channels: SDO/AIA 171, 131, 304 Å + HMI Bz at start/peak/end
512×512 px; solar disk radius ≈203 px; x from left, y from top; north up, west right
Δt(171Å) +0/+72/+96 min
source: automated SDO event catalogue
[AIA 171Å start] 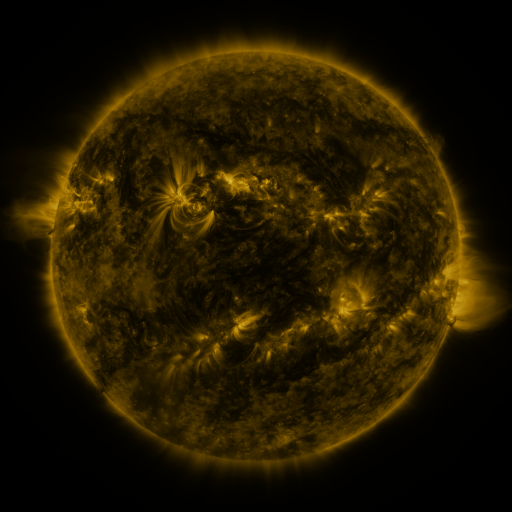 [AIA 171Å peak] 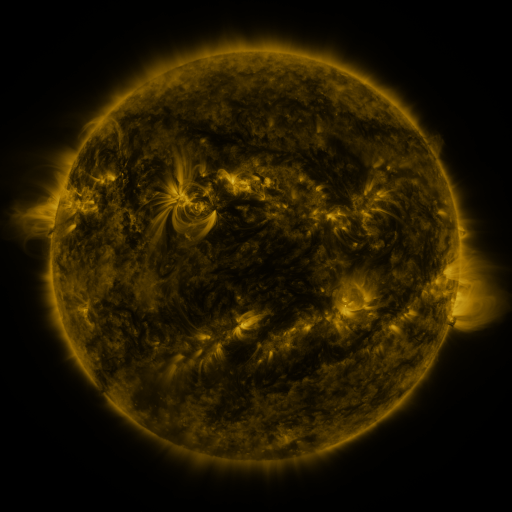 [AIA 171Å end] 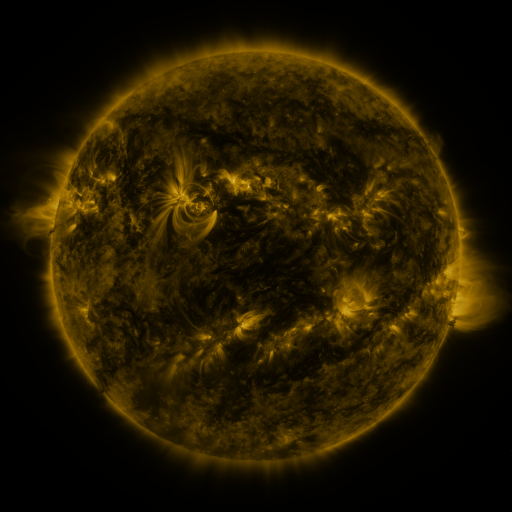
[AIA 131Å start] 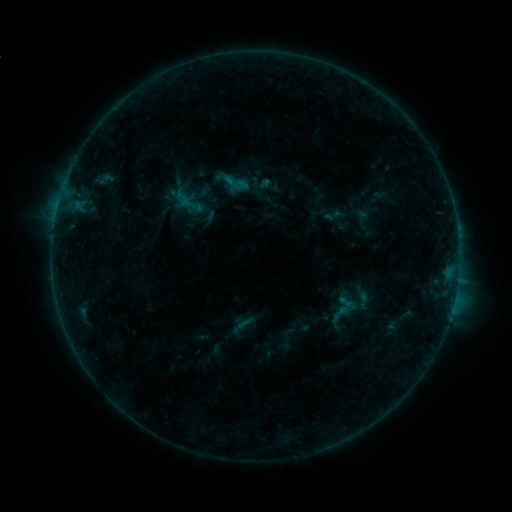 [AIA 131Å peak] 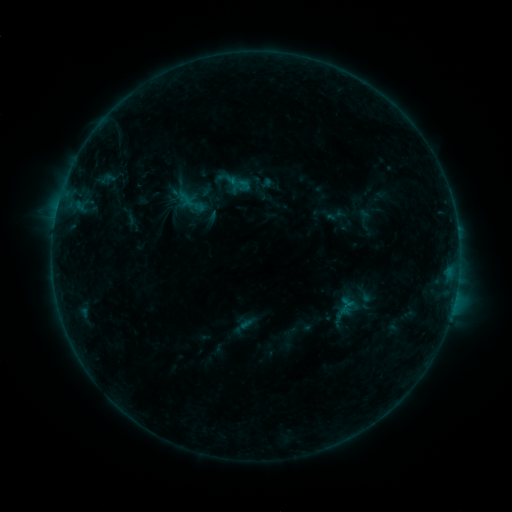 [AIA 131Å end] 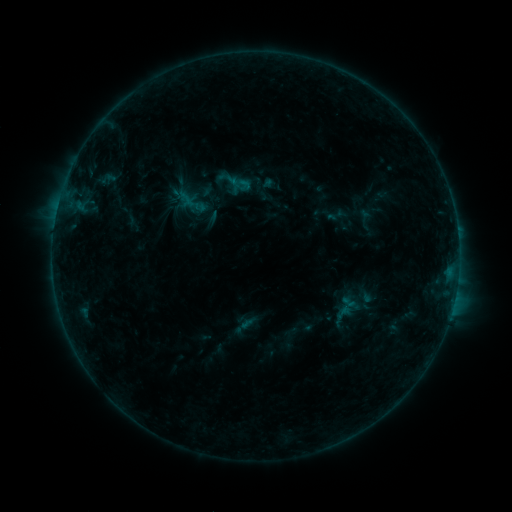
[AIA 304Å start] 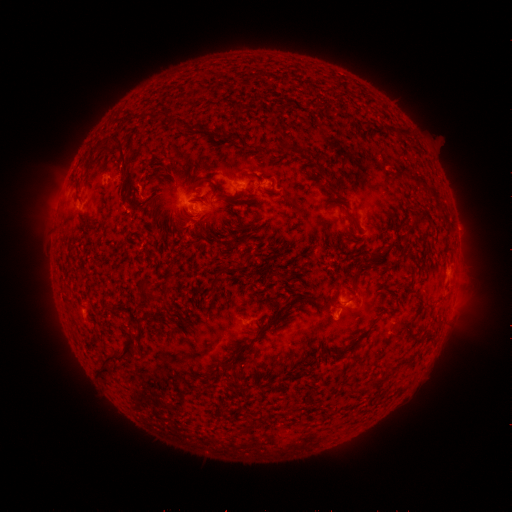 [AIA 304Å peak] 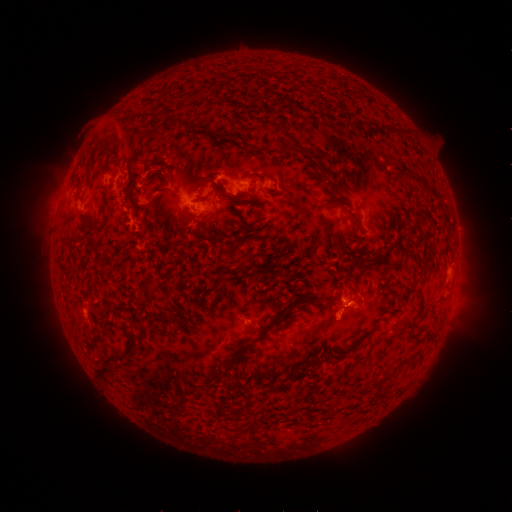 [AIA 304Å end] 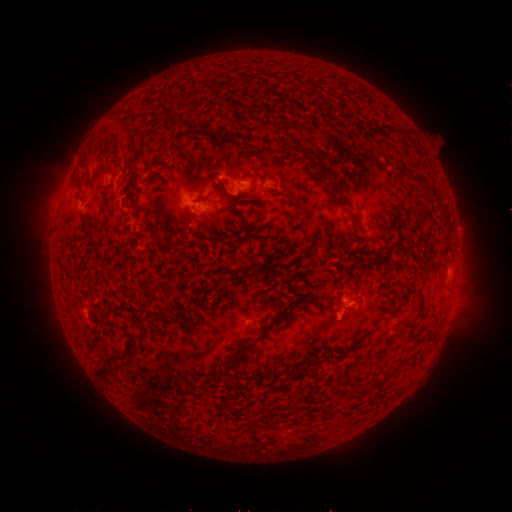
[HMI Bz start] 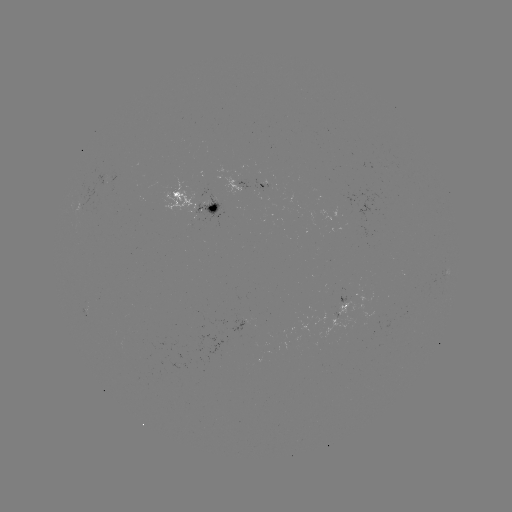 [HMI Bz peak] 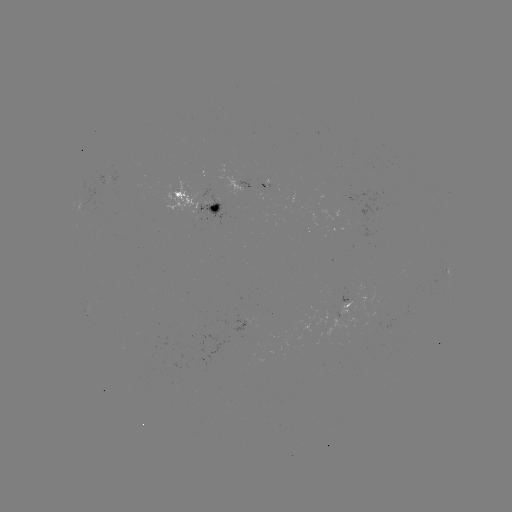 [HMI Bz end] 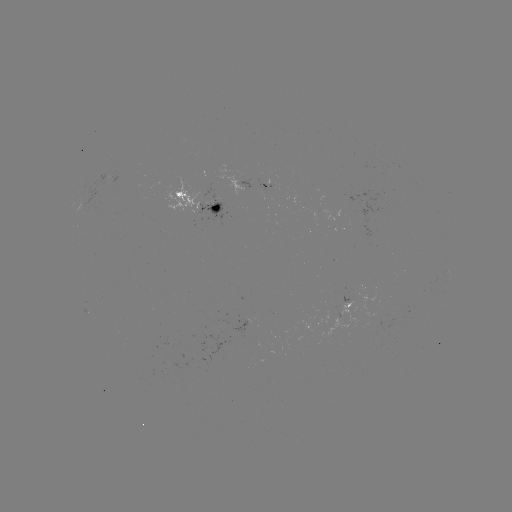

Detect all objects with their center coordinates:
B4.8 flare: (345, 301)
